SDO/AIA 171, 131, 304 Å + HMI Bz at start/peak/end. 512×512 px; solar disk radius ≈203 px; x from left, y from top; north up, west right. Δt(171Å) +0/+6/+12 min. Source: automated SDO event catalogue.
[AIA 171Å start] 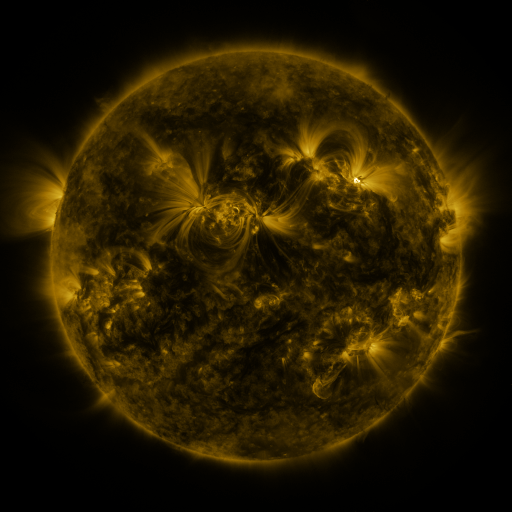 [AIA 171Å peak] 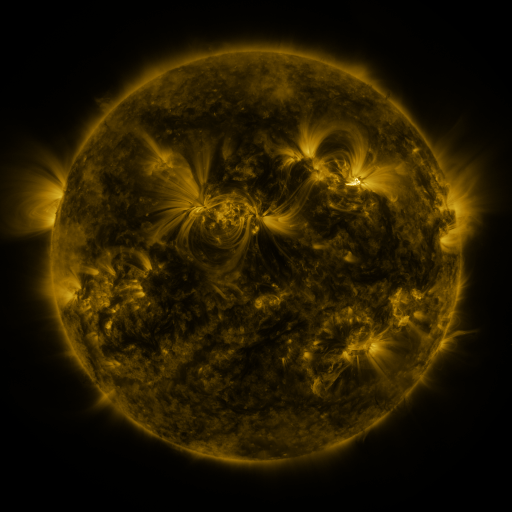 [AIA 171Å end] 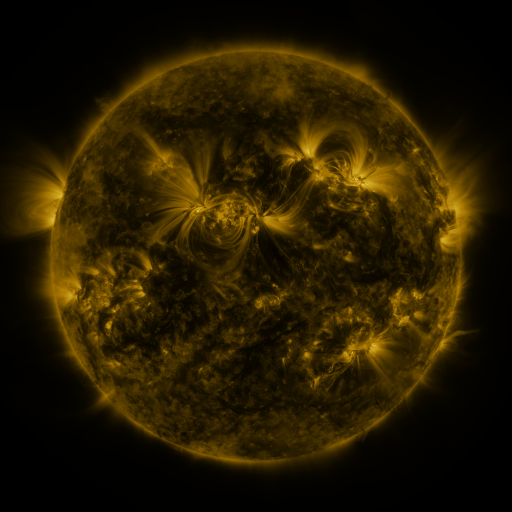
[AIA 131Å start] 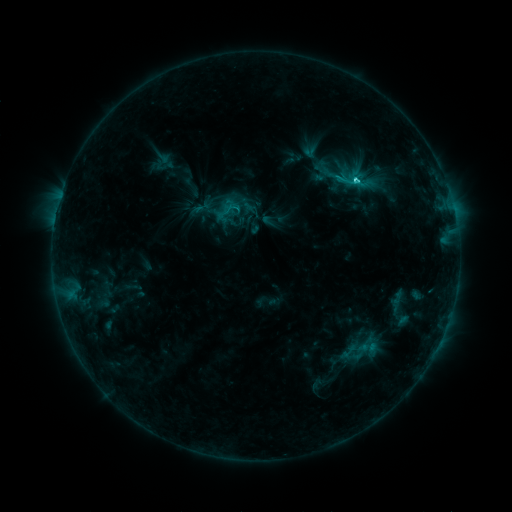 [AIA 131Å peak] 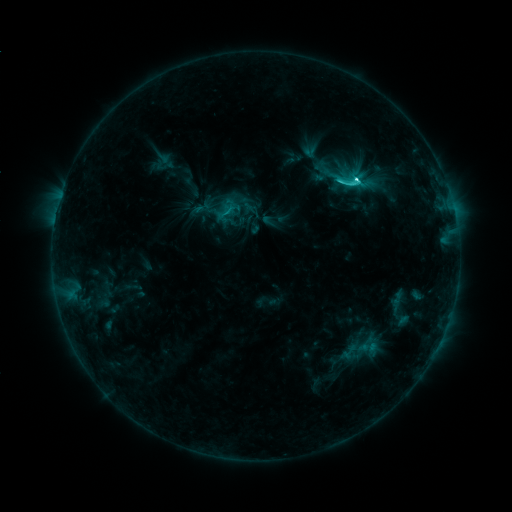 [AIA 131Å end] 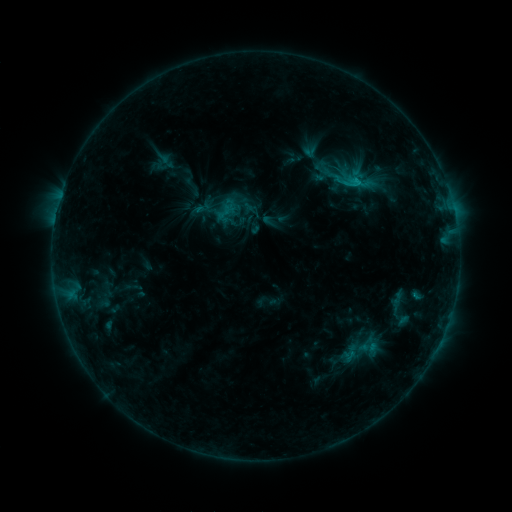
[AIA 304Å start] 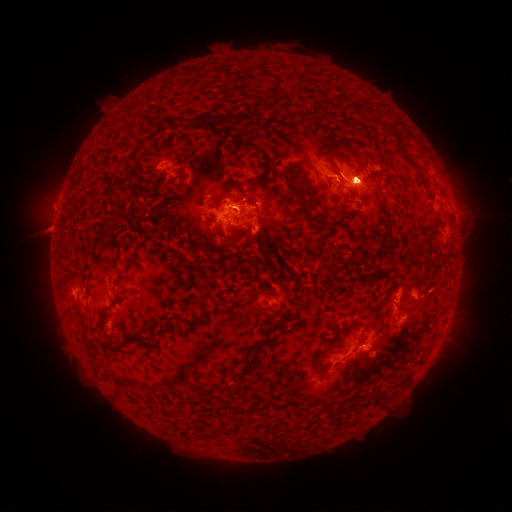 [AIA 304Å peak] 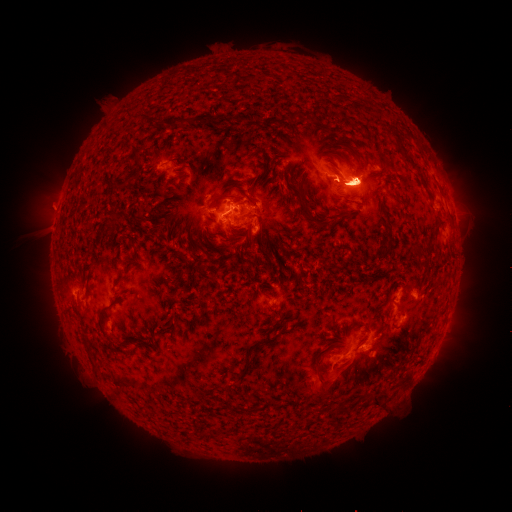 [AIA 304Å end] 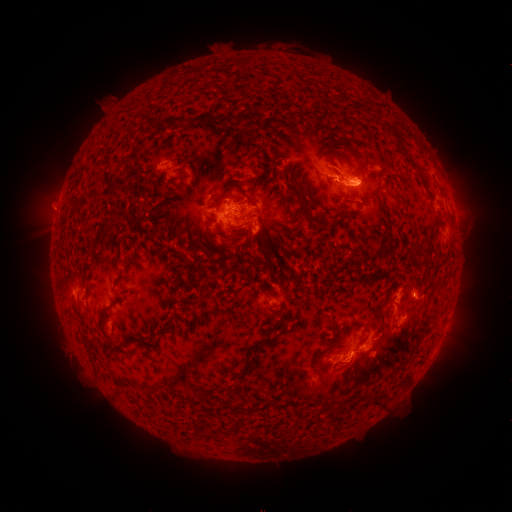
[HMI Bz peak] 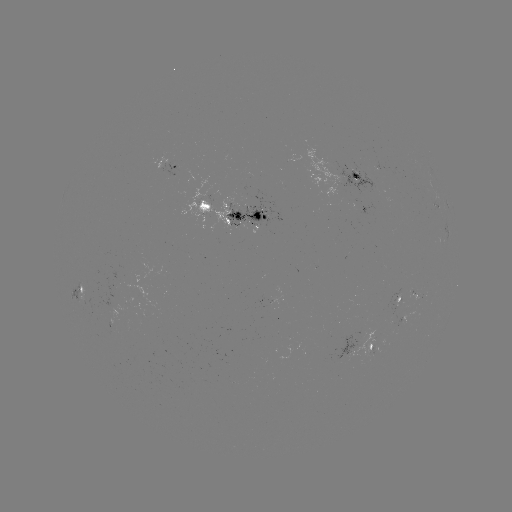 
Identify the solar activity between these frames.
eruption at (435, 163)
